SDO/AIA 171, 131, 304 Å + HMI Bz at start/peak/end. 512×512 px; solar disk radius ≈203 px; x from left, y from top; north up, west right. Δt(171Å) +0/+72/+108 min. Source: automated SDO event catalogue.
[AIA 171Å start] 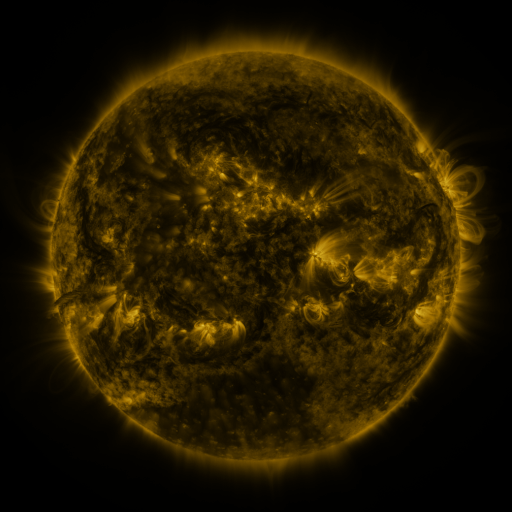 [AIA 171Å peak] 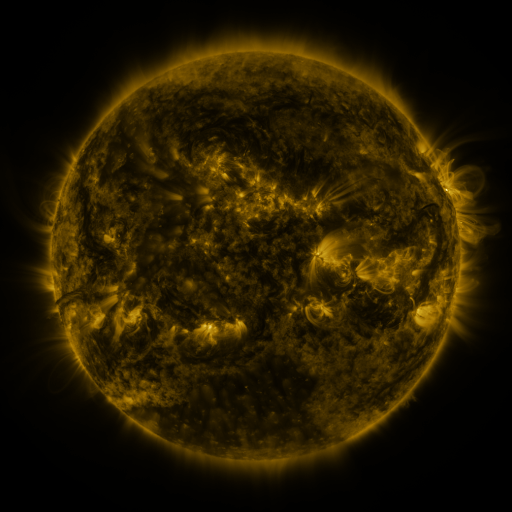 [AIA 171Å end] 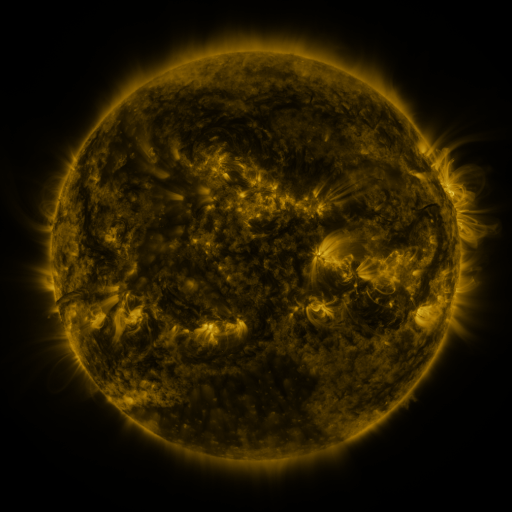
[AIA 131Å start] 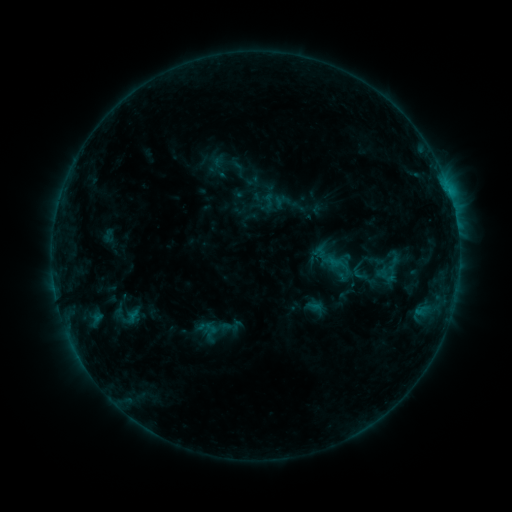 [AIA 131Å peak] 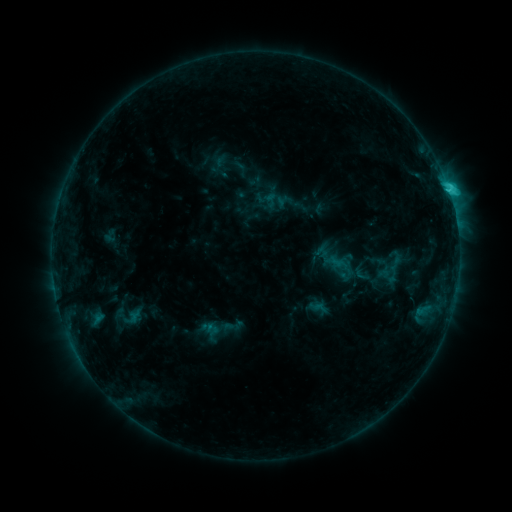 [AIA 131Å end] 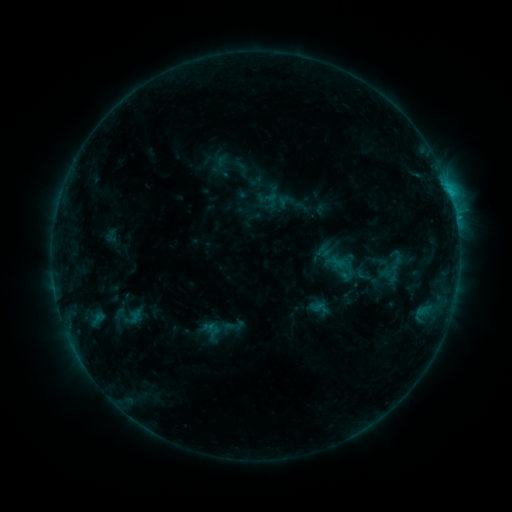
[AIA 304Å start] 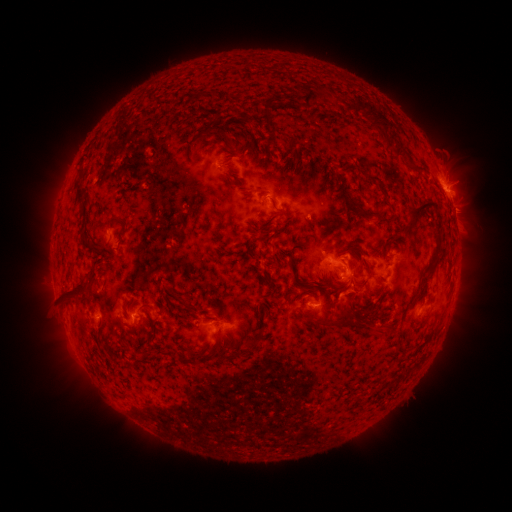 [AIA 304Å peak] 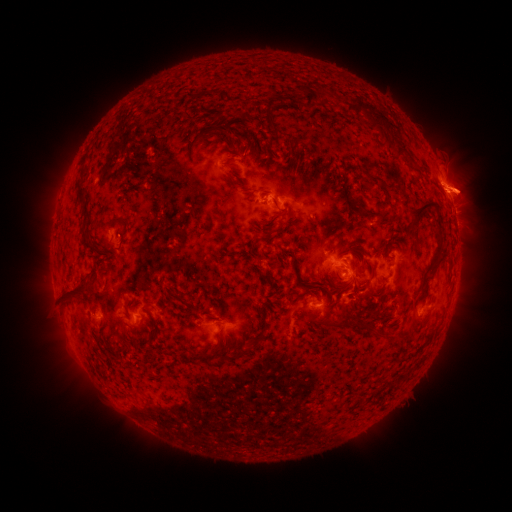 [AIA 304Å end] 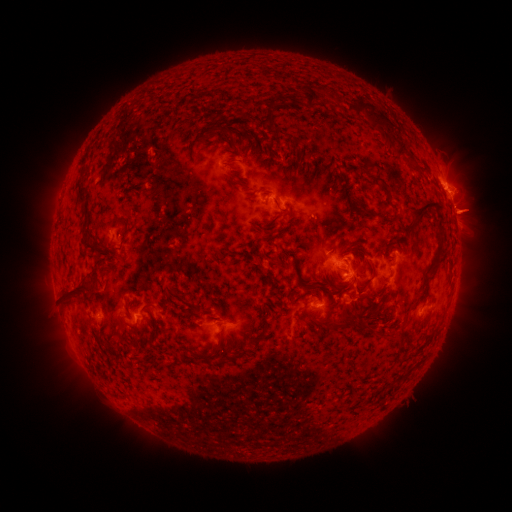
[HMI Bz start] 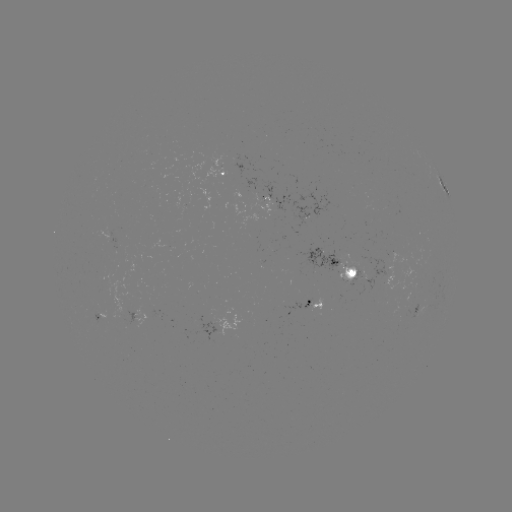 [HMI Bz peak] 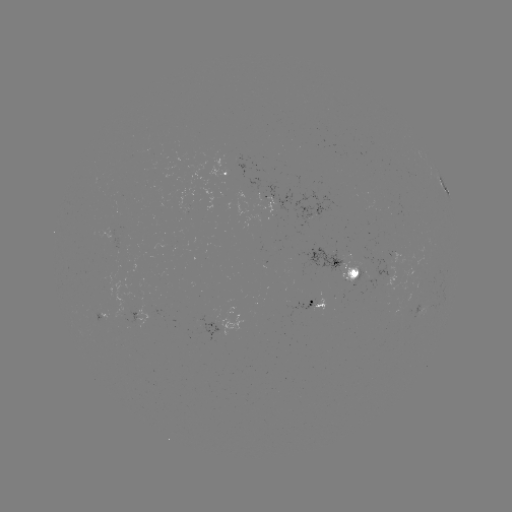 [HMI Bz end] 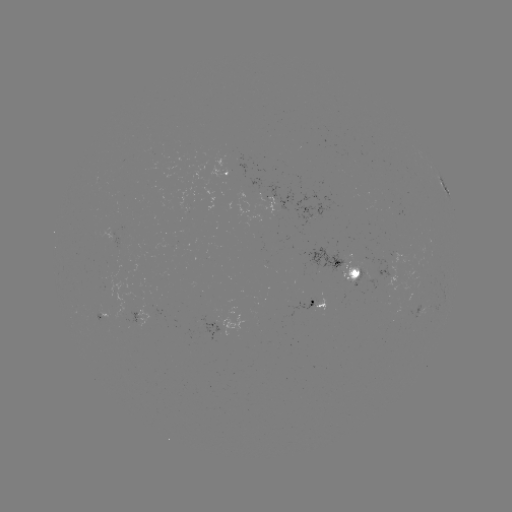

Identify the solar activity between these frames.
emerging-flux region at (355, 274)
